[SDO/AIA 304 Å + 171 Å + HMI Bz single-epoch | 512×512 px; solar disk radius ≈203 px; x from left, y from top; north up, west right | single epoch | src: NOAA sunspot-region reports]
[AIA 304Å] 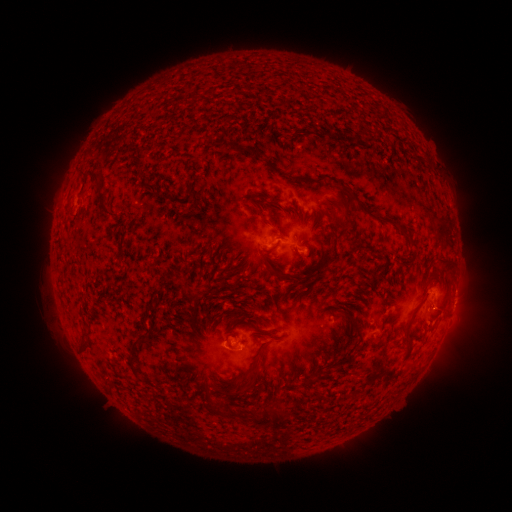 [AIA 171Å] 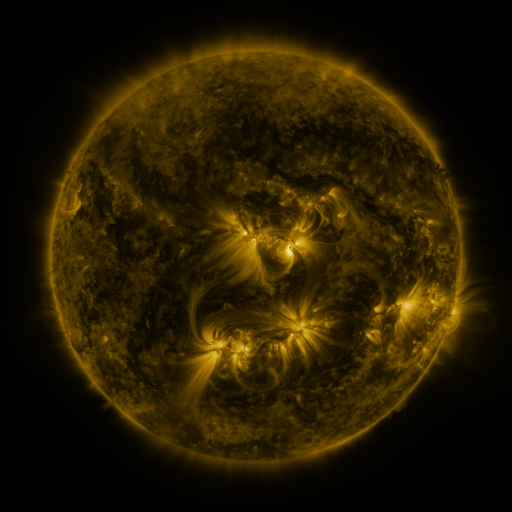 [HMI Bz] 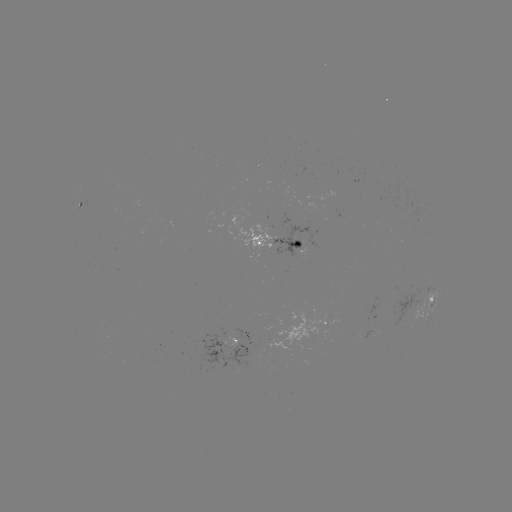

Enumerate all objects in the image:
spotted active region: (82, 204)
spotted active region: (277, 242)
spotted active region: (431, 296)
spotted active region: (326, 325)
spotted active region: (375, 332)
spotted active region: (239, 339)
